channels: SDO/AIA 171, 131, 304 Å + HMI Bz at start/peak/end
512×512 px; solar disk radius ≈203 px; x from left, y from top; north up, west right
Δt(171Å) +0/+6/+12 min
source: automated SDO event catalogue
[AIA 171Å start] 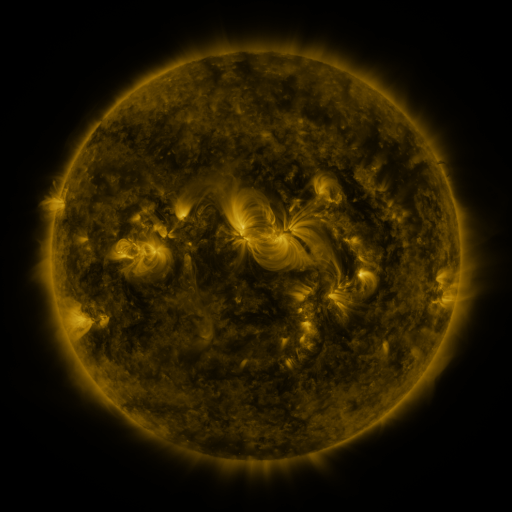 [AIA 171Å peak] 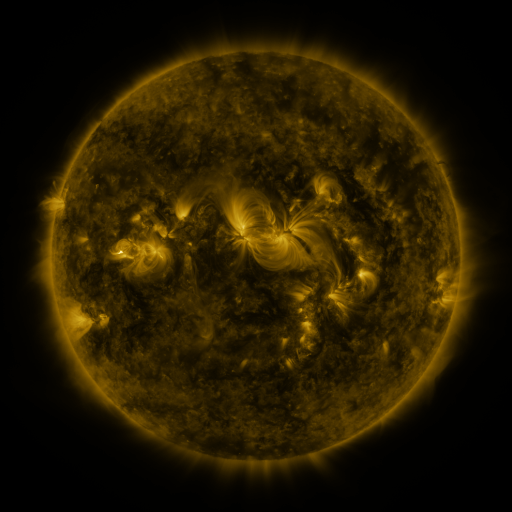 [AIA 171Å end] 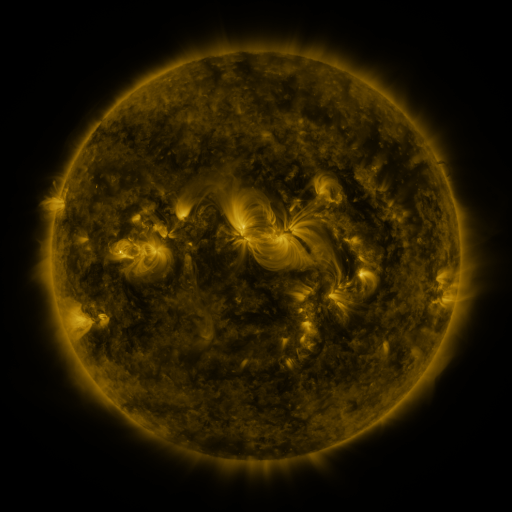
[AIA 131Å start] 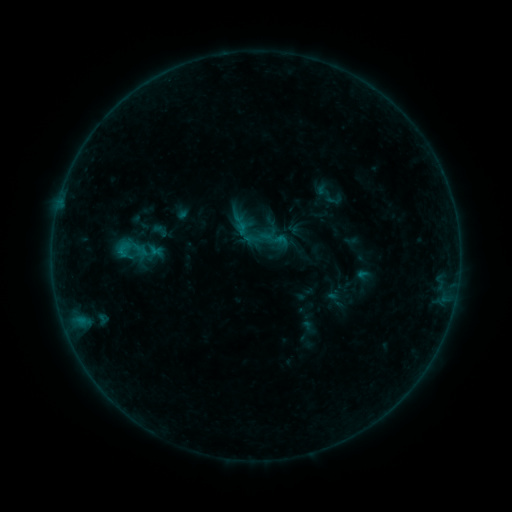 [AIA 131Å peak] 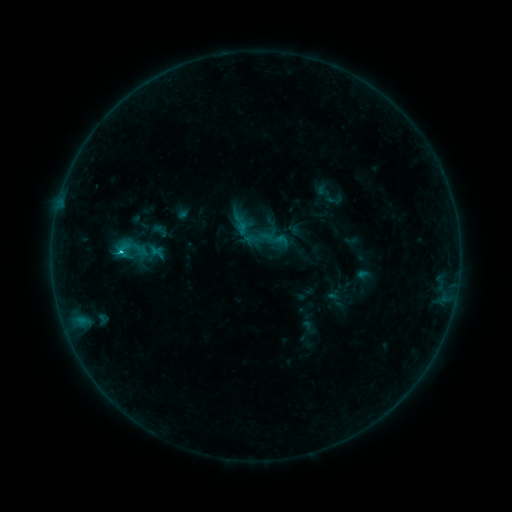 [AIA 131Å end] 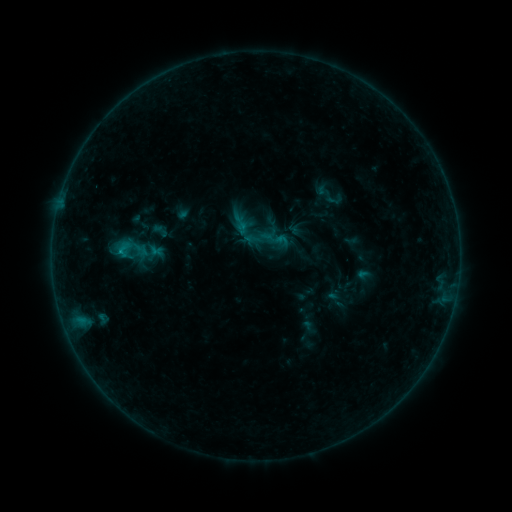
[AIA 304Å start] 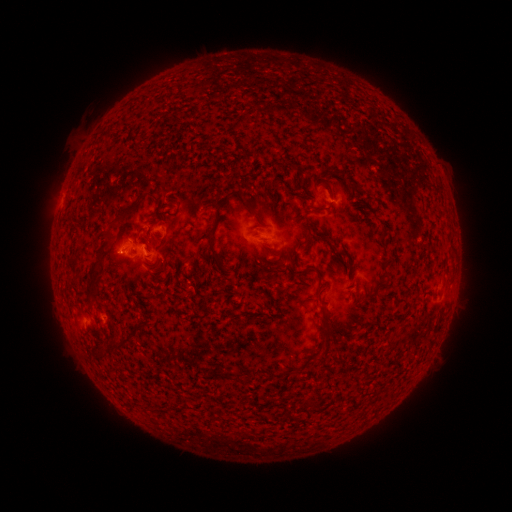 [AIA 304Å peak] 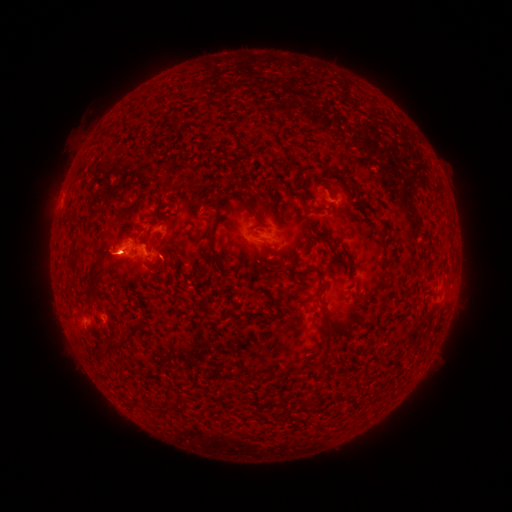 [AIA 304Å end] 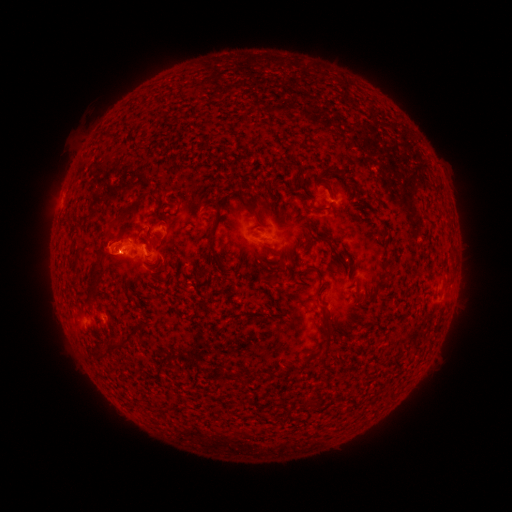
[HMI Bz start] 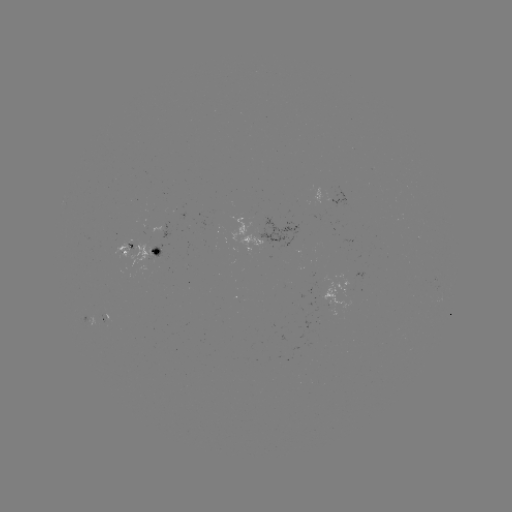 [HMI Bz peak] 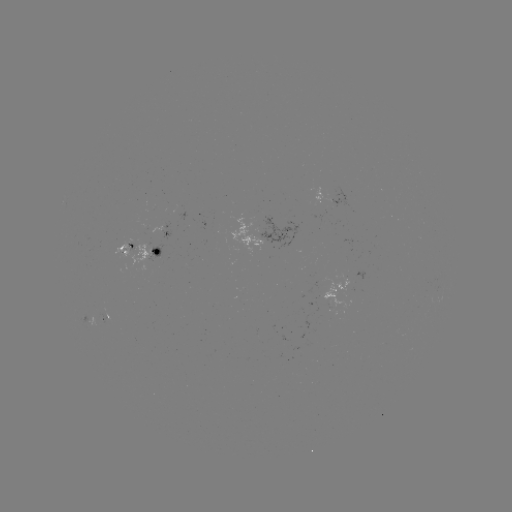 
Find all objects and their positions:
B7.4 flare: (122, 253)
